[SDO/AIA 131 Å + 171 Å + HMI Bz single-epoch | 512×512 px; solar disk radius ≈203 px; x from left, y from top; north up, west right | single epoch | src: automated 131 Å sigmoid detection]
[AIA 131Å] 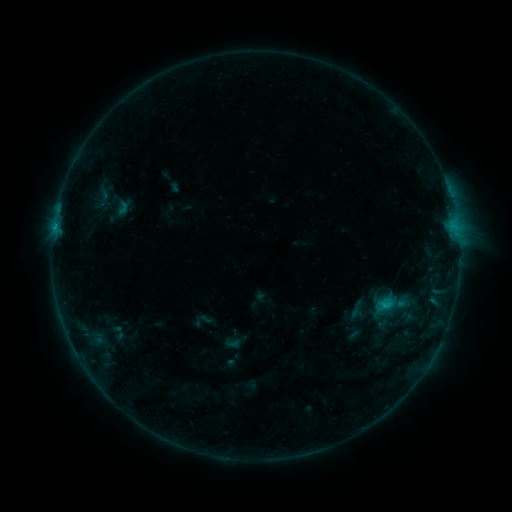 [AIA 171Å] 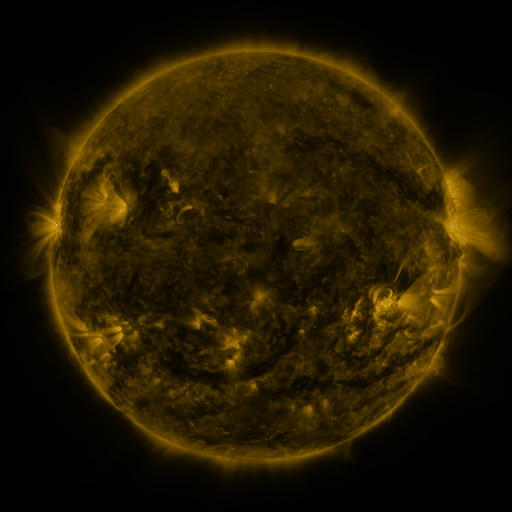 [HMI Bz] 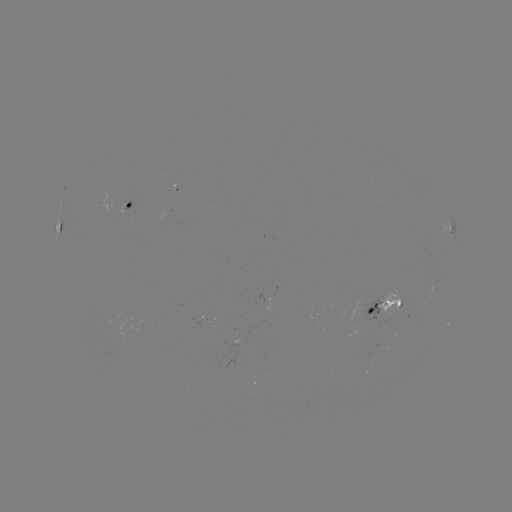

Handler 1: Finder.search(sigmoid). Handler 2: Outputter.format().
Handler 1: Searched sigmoid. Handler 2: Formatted (356, 309).